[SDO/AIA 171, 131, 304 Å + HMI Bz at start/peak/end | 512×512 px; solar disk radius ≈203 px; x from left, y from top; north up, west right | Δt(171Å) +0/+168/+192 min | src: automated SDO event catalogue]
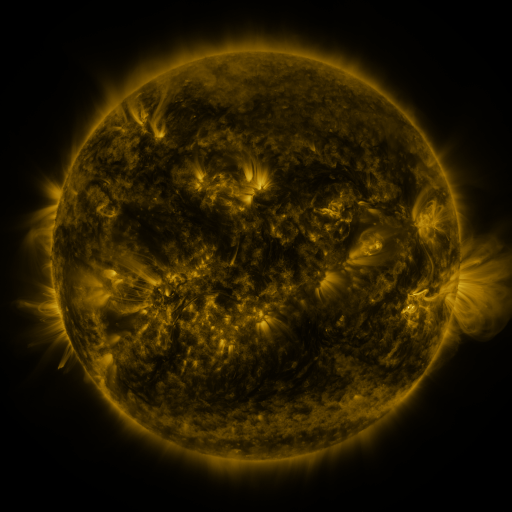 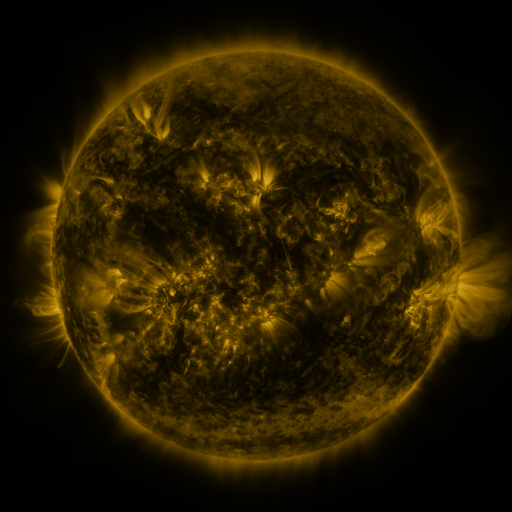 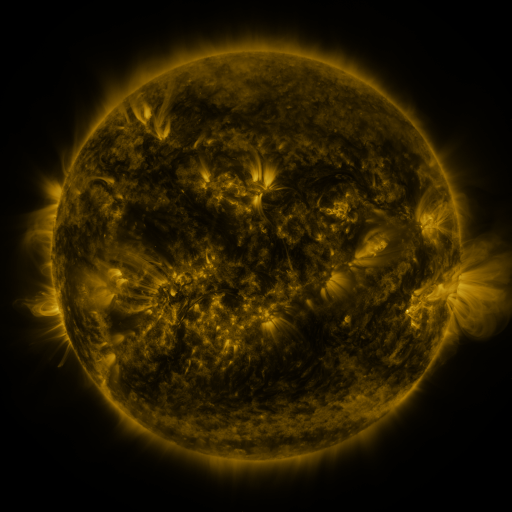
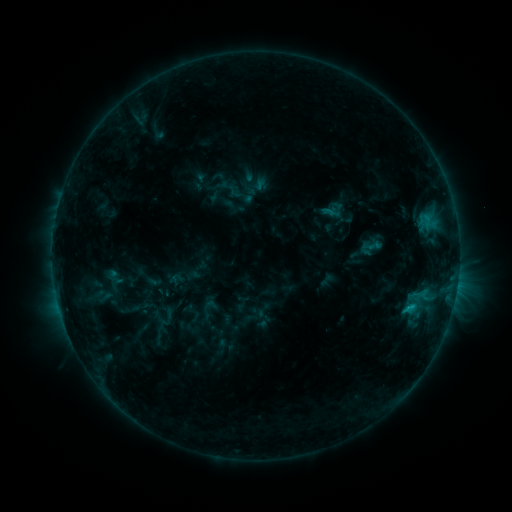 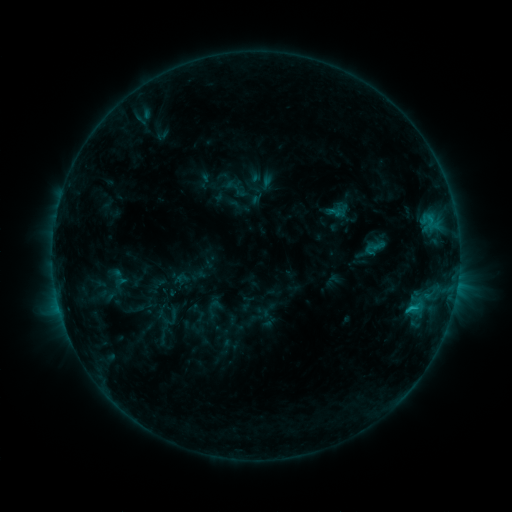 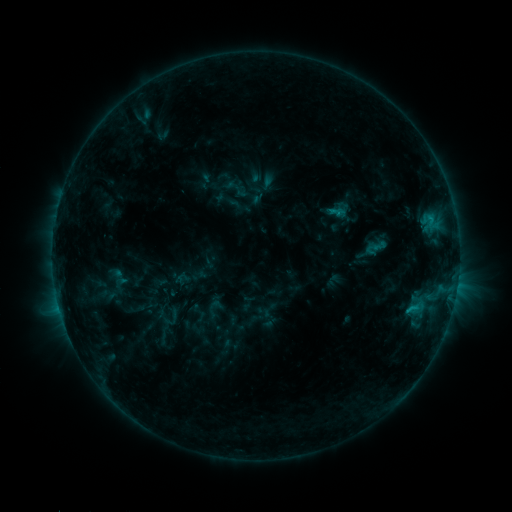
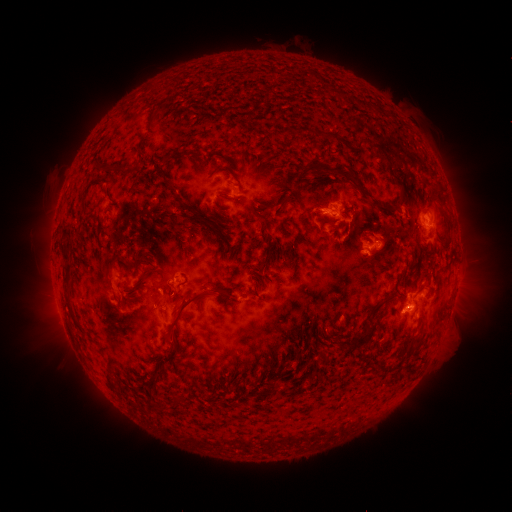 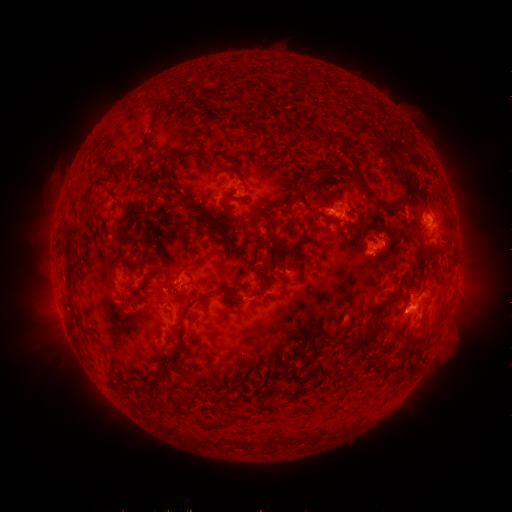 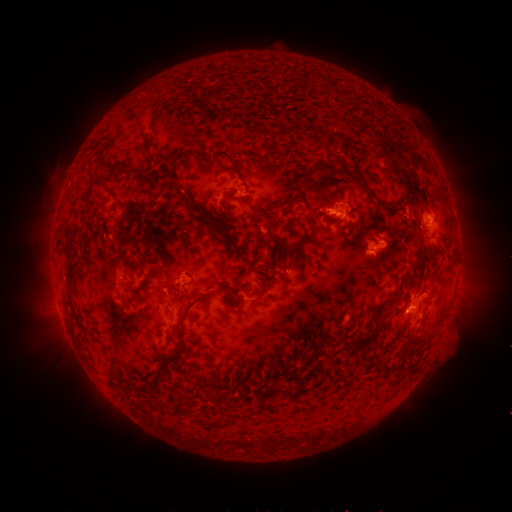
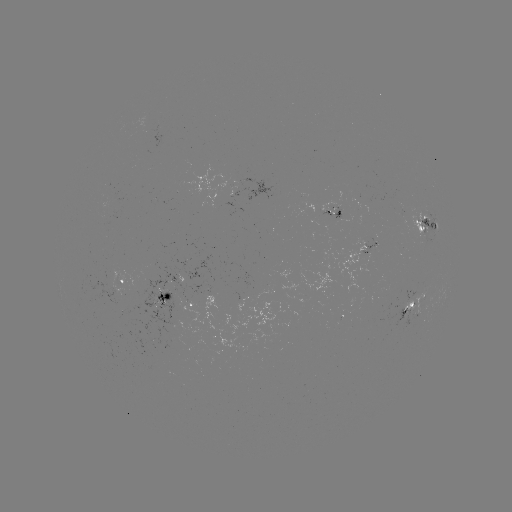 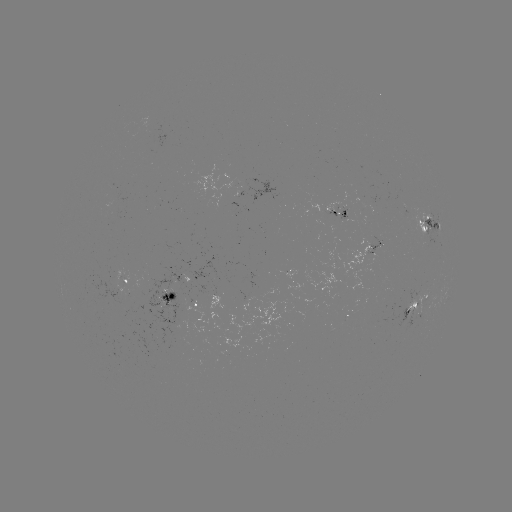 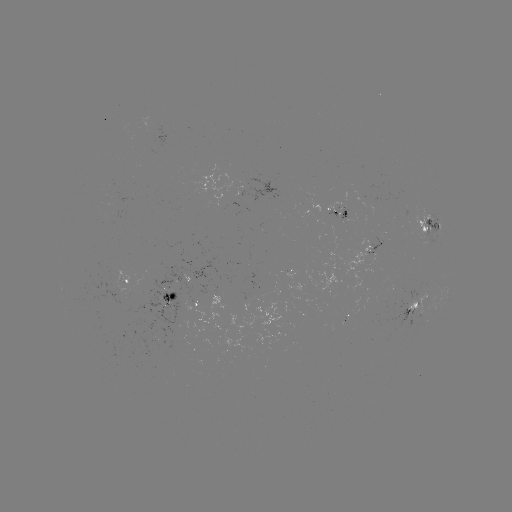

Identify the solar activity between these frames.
emerging-flux region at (416, 300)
